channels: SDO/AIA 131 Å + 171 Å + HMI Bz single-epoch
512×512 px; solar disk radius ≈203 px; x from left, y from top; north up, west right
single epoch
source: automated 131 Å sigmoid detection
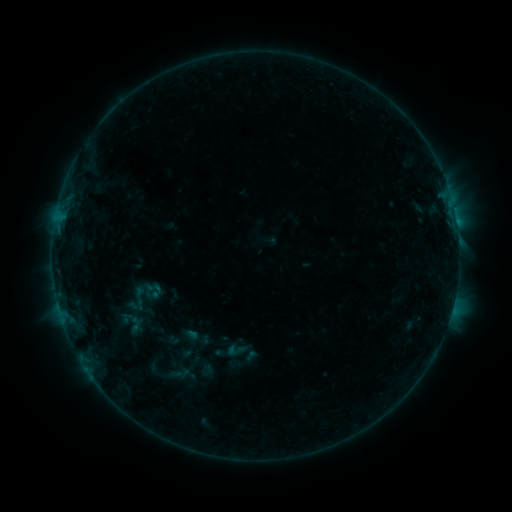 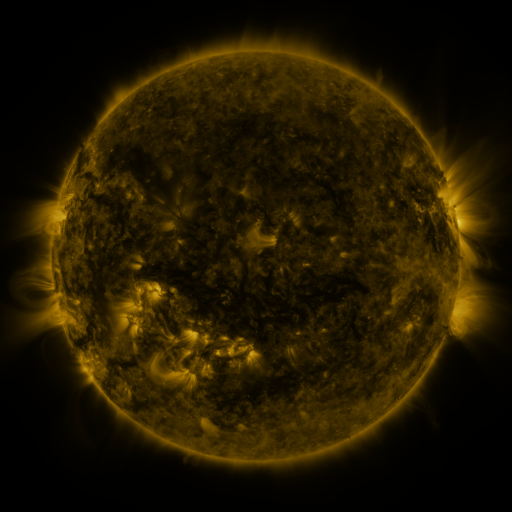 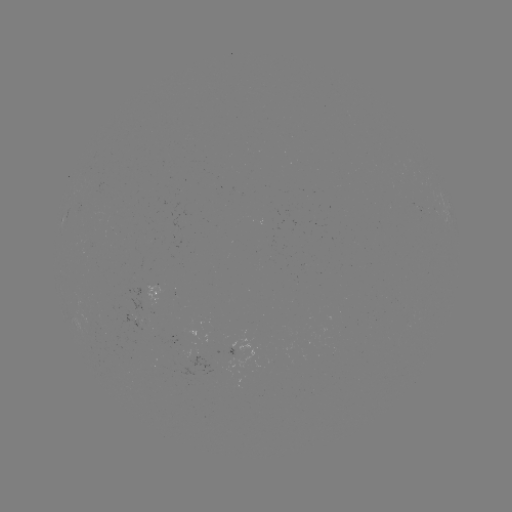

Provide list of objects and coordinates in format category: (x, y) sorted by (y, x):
sigmoid: (153, 288)
sigmoid: (237, 350)
